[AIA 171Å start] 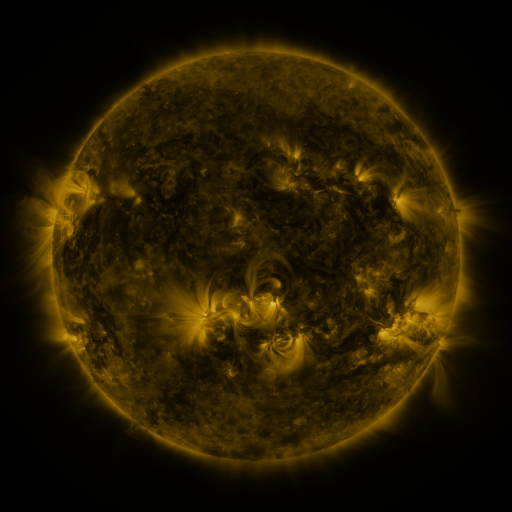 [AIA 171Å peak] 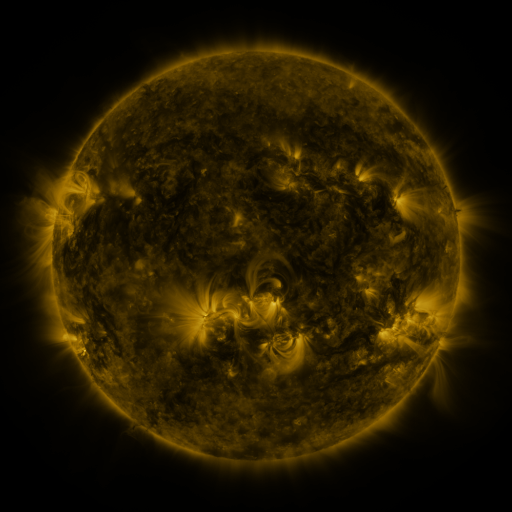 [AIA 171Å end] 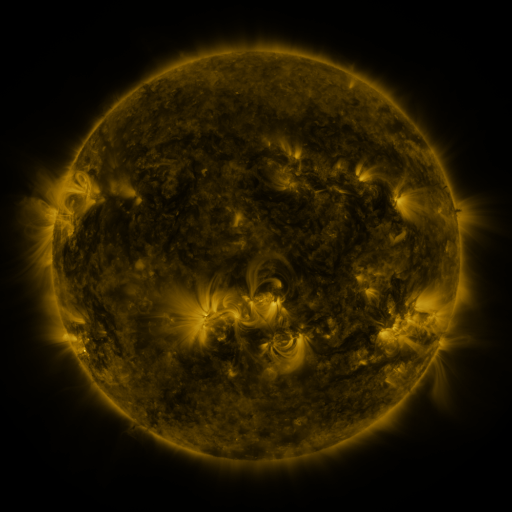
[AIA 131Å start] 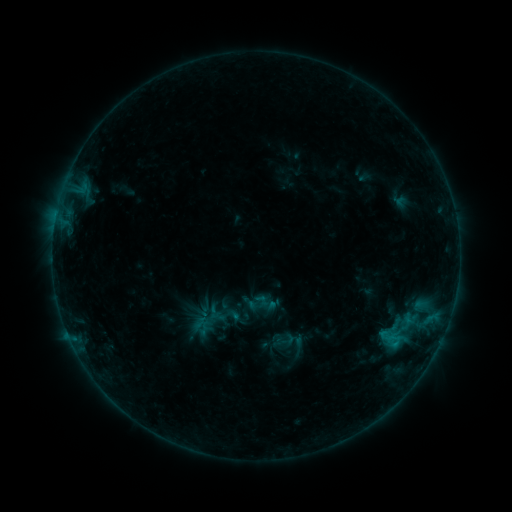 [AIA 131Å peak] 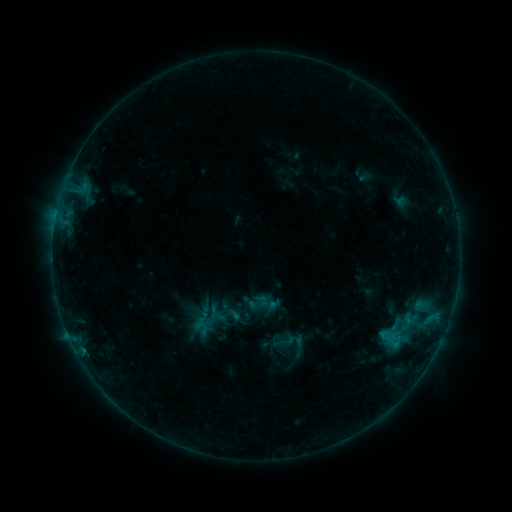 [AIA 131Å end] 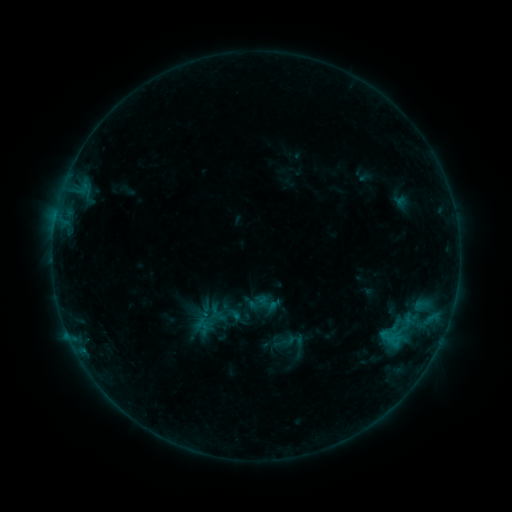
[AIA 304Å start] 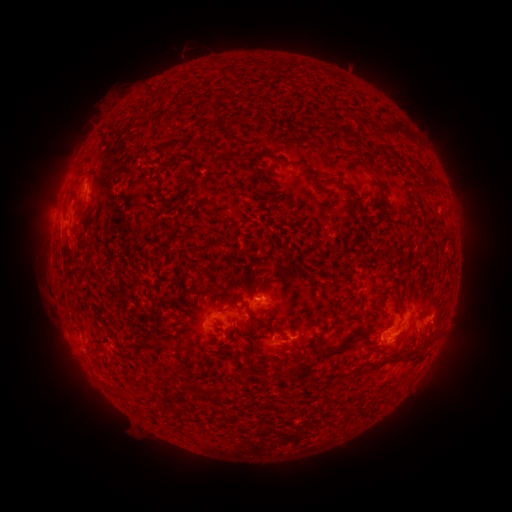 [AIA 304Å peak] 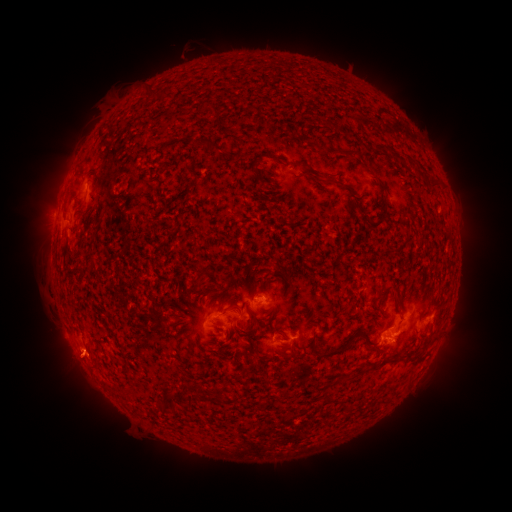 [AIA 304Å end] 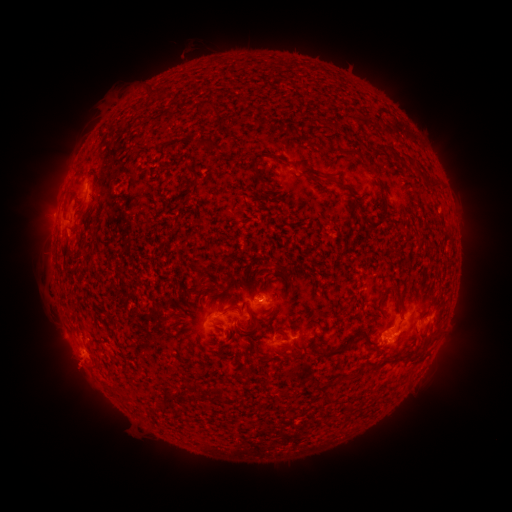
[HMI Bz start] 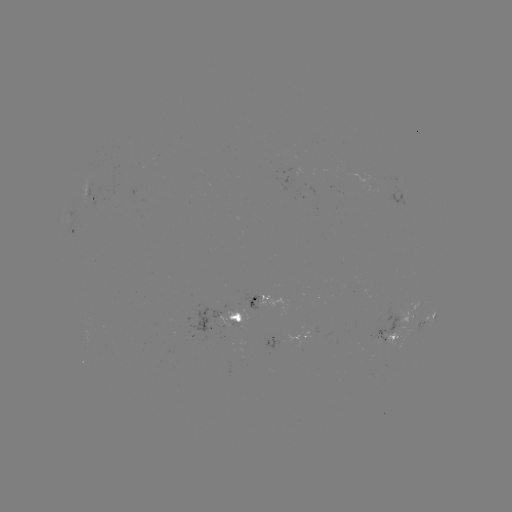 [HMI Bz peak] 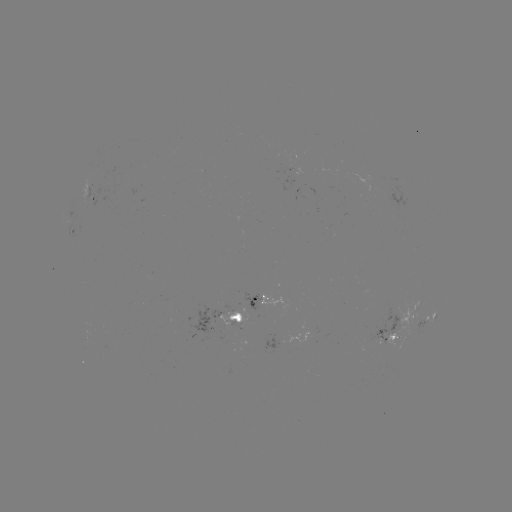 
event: eruption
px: (76, 367)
